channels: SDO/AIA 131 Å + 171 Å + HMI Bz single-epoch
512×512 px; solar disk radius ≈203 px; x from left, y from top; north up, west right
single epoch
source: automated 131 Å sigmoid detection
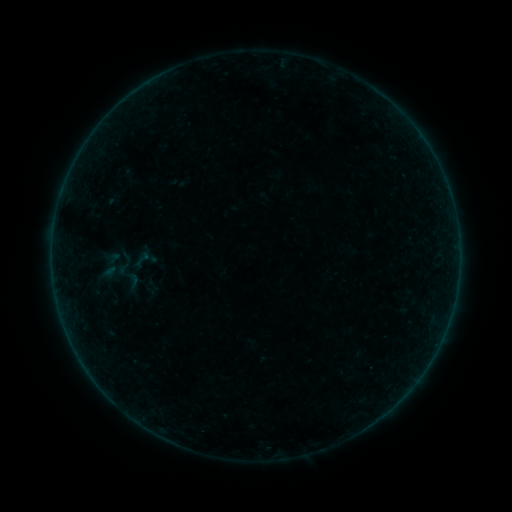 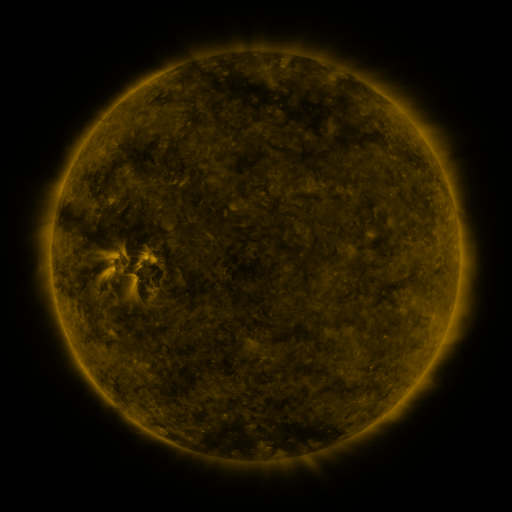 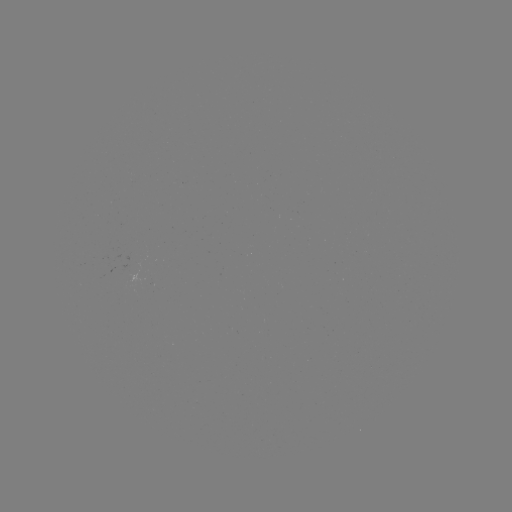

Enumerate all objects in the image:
sigmoid: (130, 248, 155, 270)
sigmoid: (120, 270, 145, 291)
